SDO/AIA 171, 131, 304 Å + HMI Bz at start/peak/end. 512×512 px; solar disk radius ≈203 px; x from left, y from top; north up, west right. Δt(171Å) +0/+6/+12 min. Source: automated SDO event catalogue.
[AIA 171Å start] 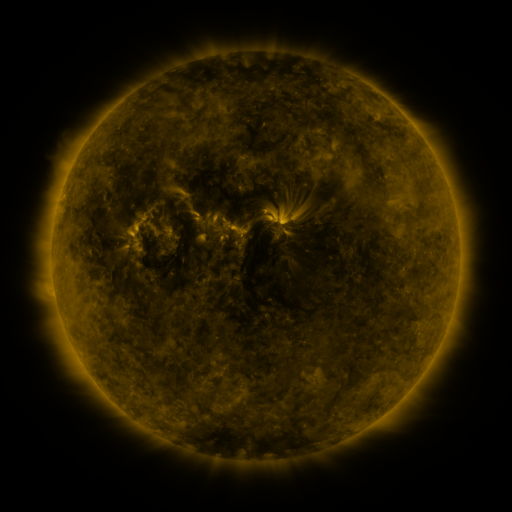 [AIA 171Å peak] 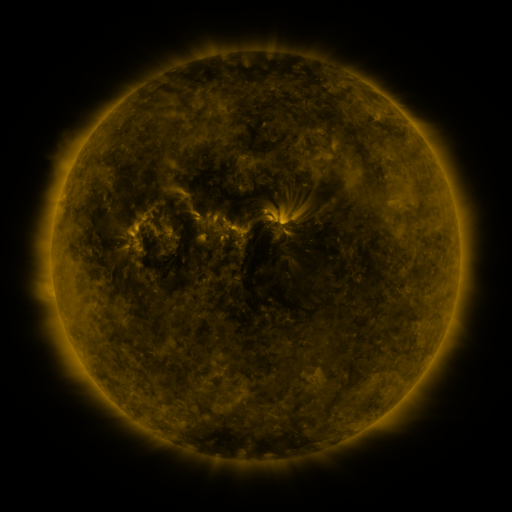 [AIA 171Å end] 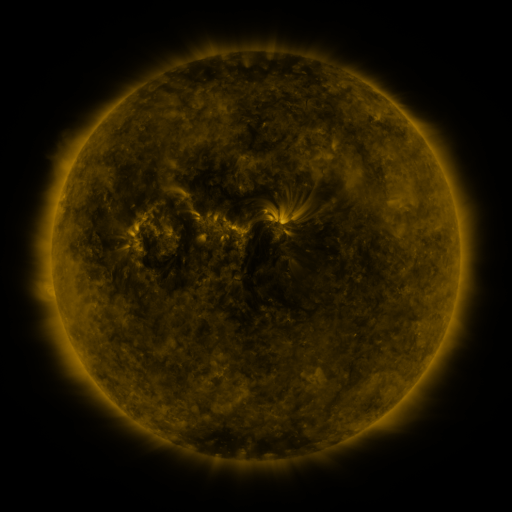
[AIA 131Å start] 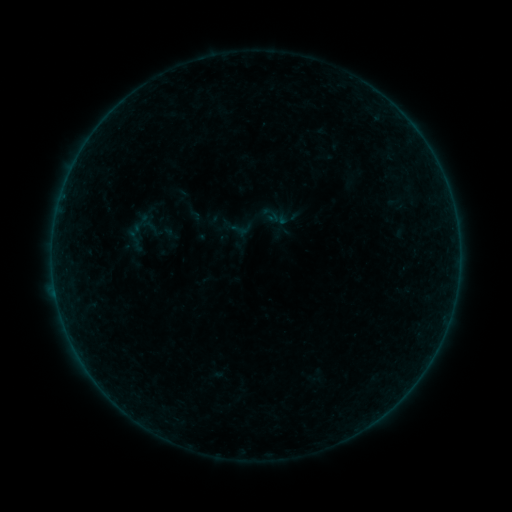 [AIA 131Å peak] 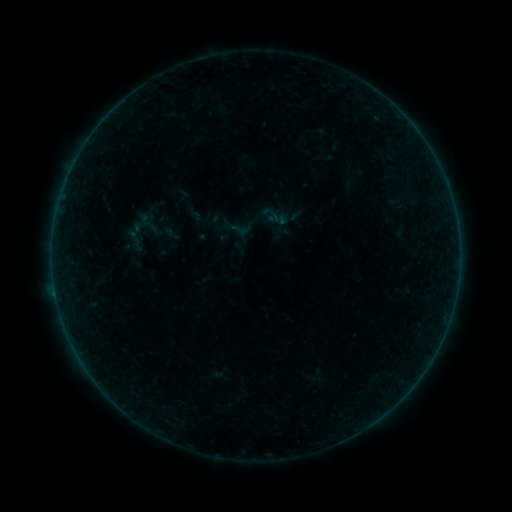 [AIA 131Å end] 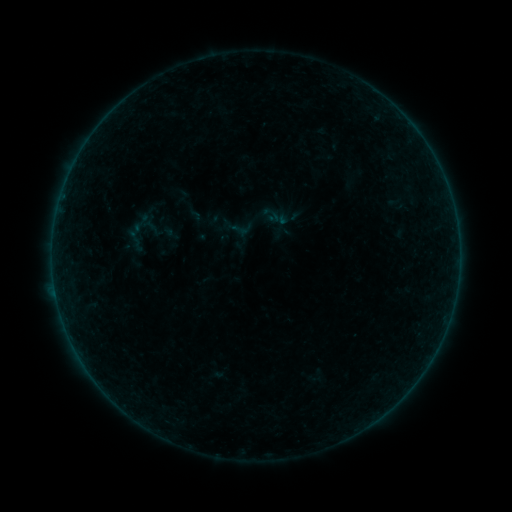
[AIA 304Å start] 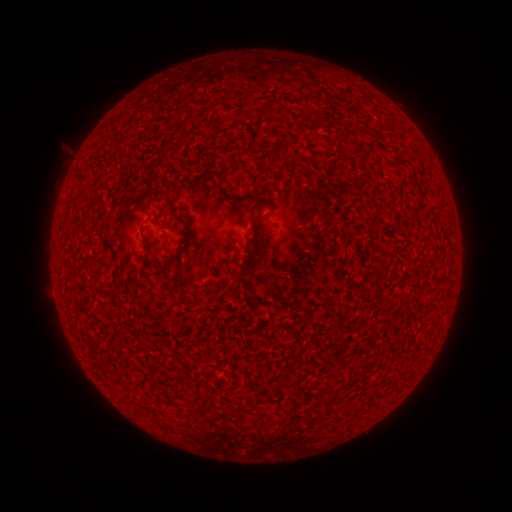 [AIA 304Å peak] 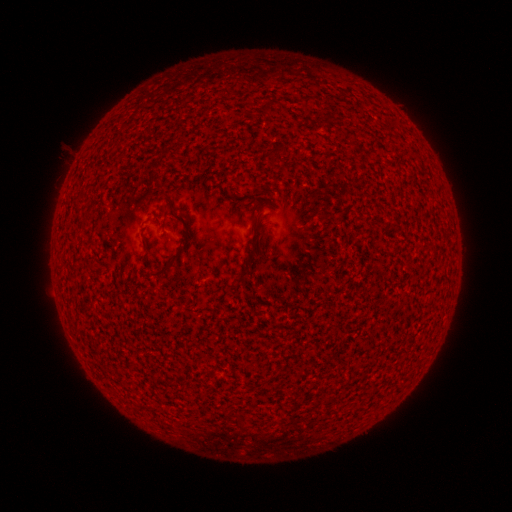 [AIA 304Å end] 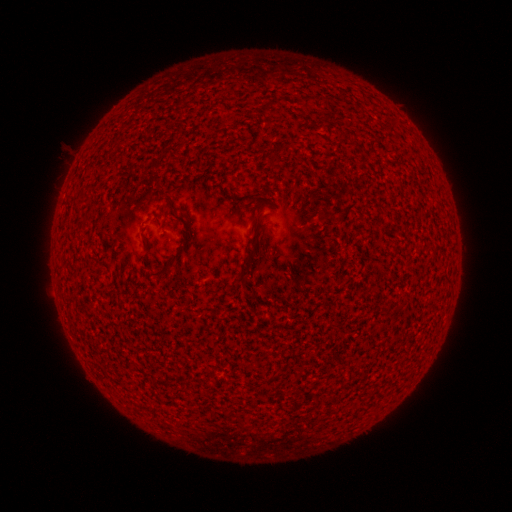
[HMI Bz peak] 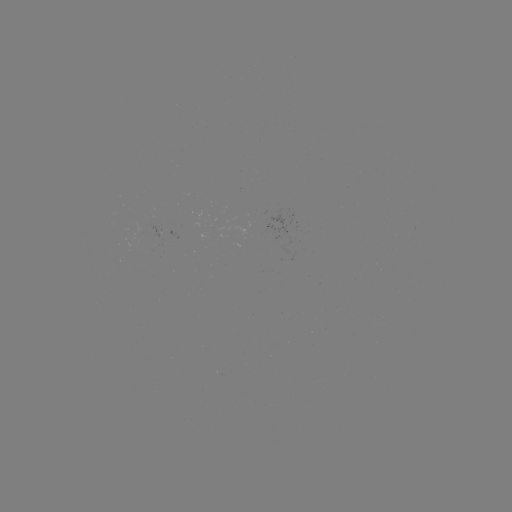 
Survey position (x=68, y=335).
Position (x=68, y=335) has A1.1 flare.